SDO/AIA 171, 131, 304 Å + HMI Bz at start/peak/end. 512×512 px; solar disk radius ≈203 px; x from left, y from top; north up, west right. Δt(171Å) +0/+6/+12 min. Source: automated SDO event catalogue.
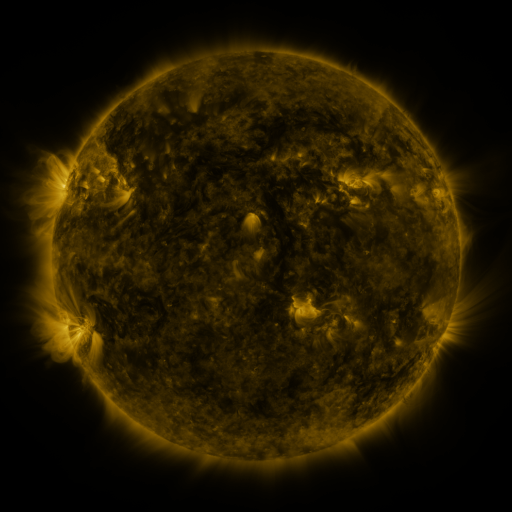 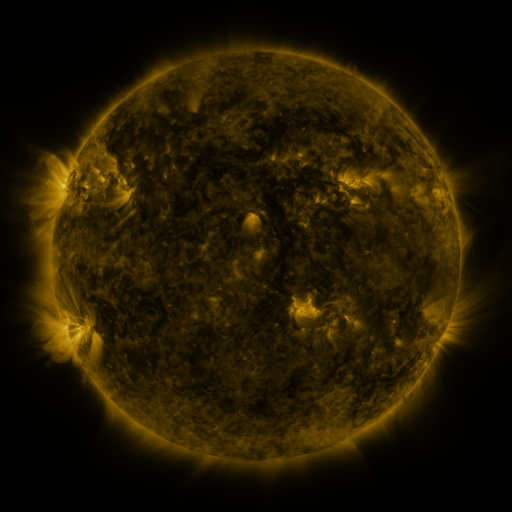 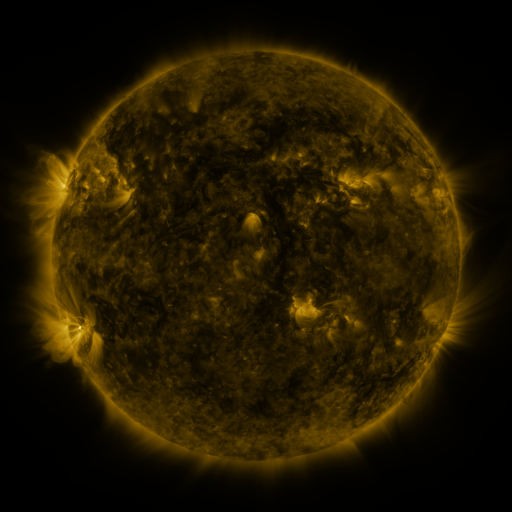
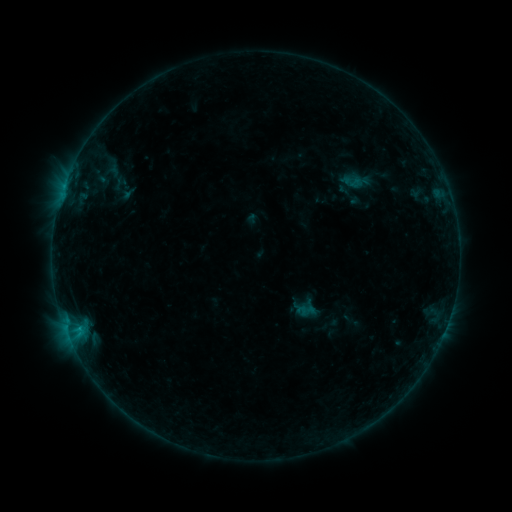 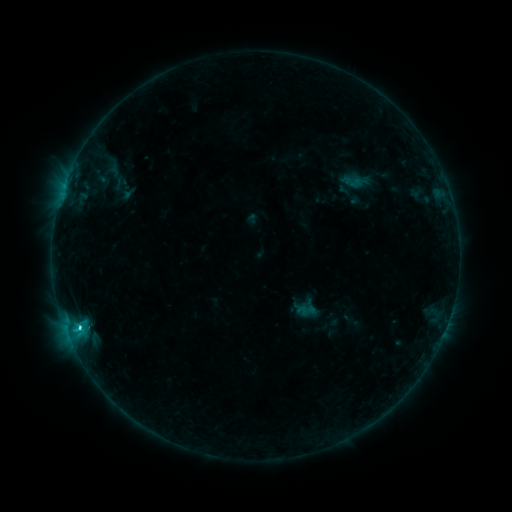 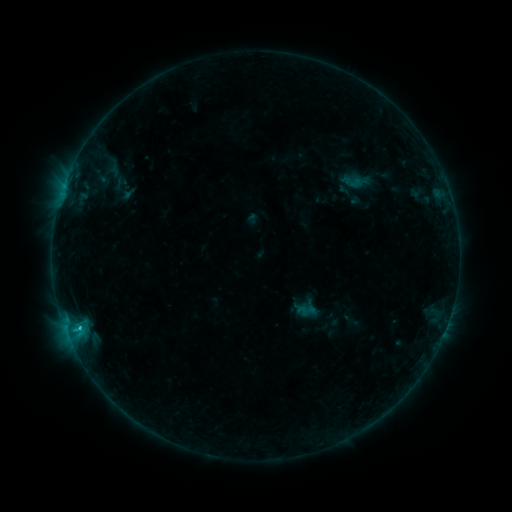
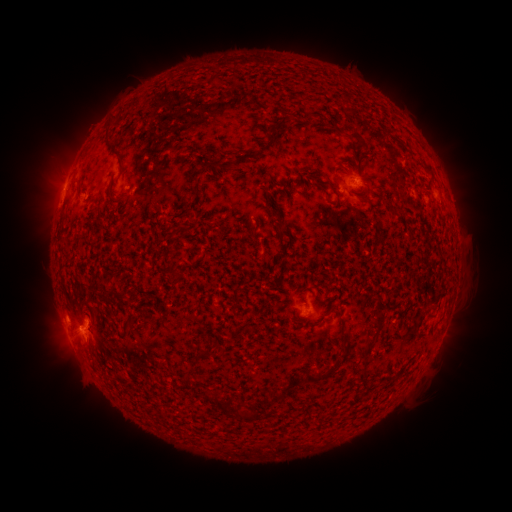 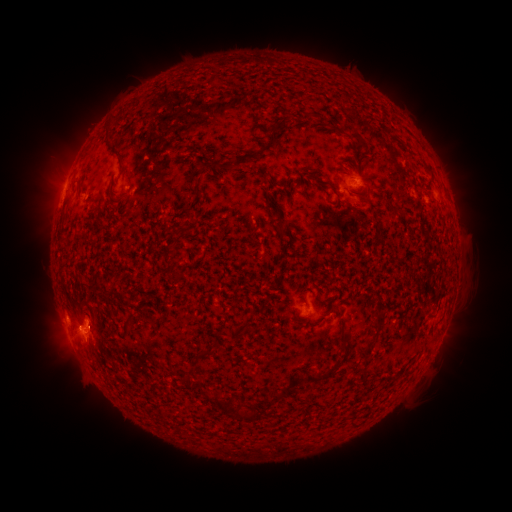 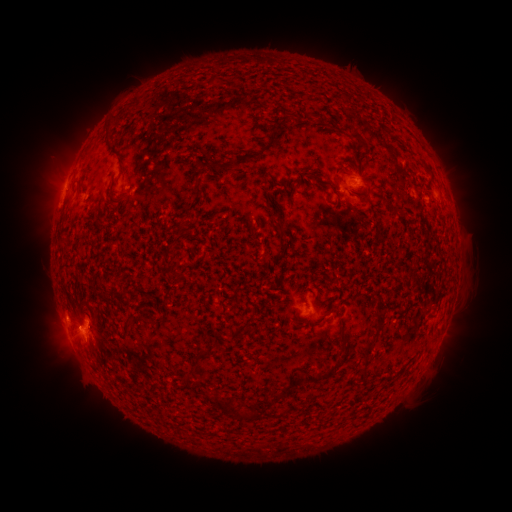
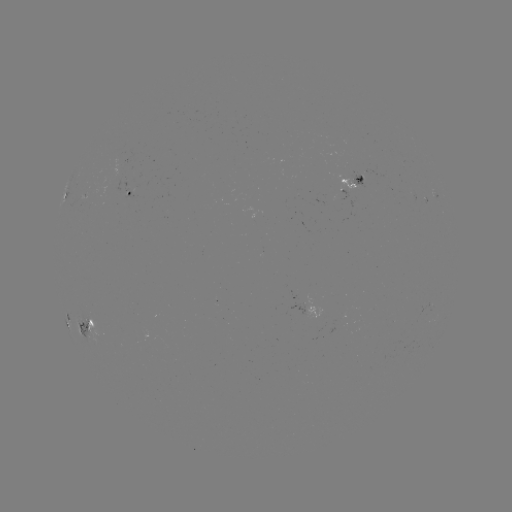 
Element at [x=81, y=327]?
C1.8 flare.